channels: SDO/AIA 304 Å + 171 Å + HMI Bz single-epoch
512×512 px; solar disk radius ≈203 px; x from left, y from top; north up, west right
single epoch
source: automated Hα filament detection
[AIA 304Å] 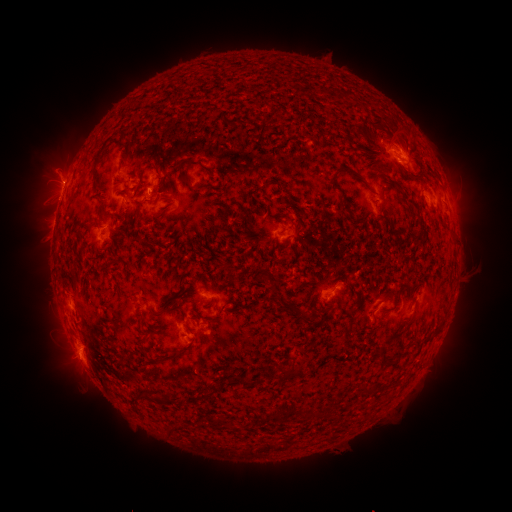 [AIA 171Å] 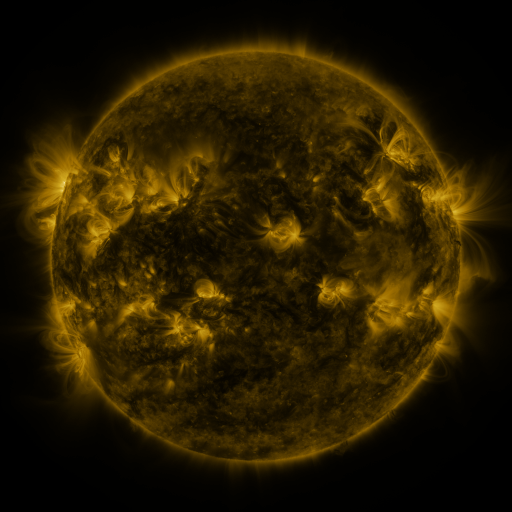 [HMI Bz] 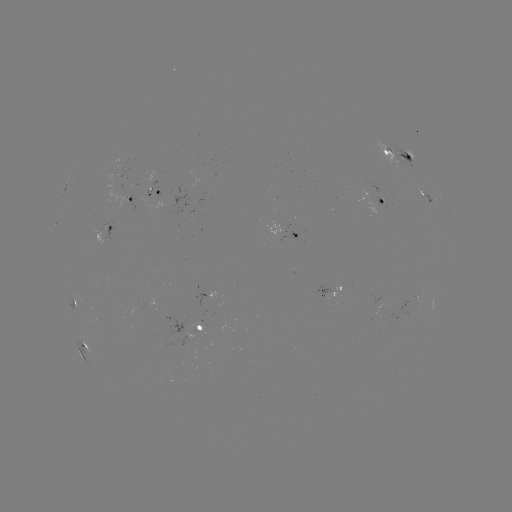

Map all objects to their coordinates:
filament: (97, 159)
filament: (336, 177)
filament: (410, 201)
filament: (151, 244)
filament: (280, 300)
filament: (294, 310)
filament: (306, 320)
filament: (396, 336)
filament: (289, 372)
filament: (245, 382)
filament: (201, 394)
filament: (167, 399)
filament: (313, 414)
